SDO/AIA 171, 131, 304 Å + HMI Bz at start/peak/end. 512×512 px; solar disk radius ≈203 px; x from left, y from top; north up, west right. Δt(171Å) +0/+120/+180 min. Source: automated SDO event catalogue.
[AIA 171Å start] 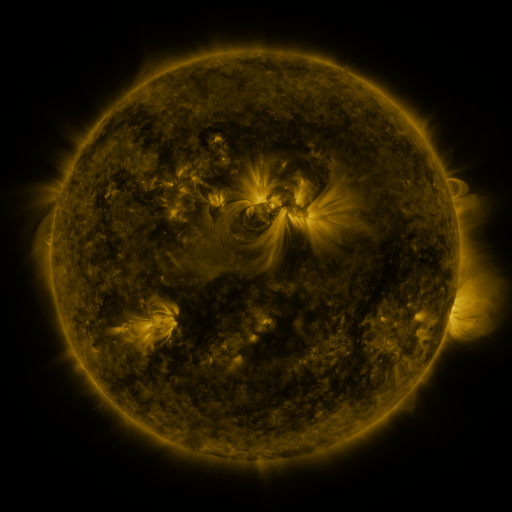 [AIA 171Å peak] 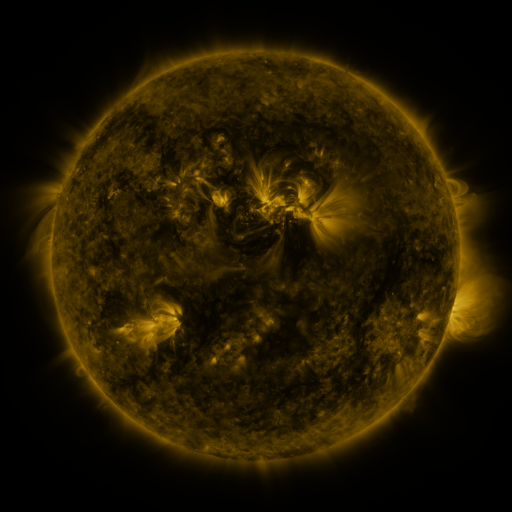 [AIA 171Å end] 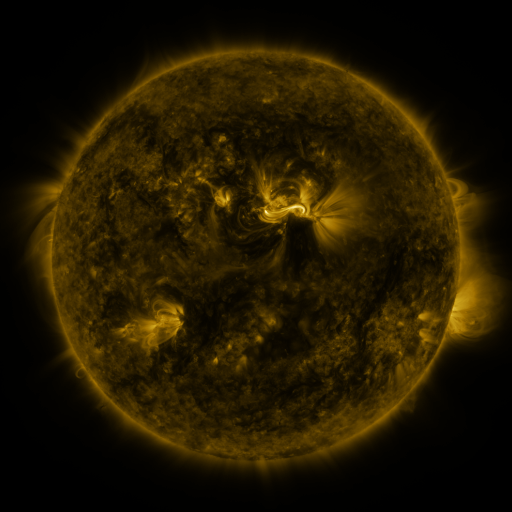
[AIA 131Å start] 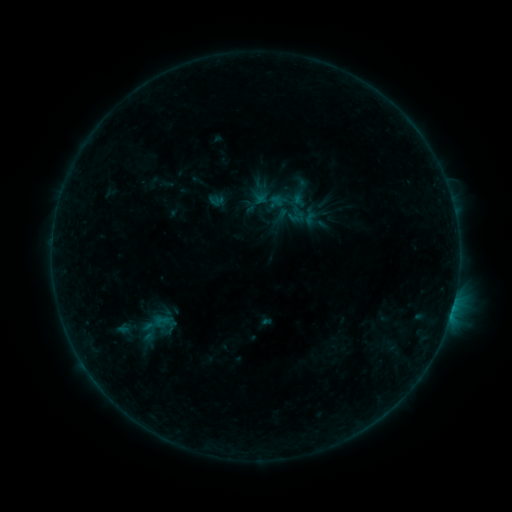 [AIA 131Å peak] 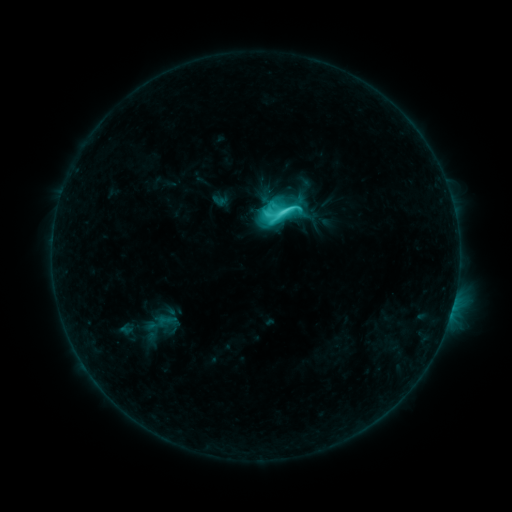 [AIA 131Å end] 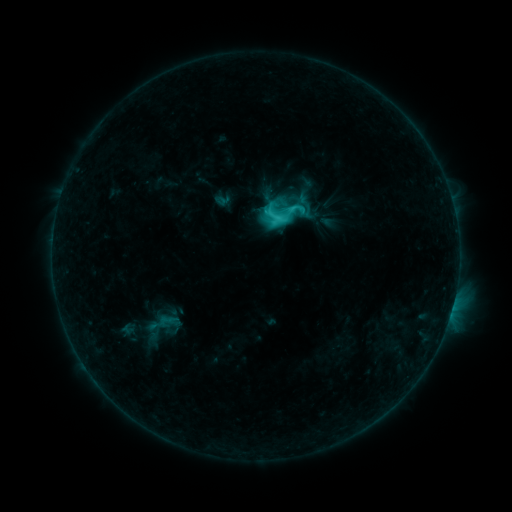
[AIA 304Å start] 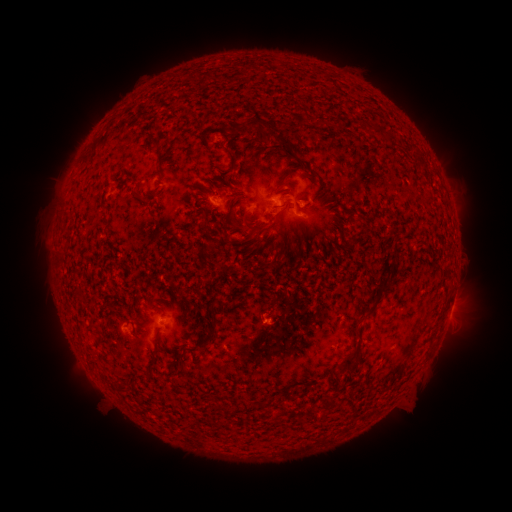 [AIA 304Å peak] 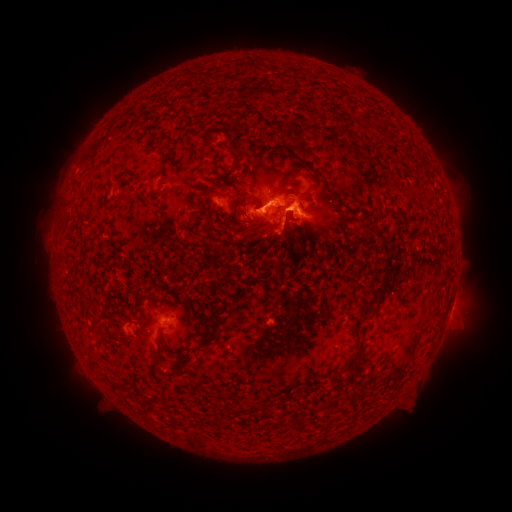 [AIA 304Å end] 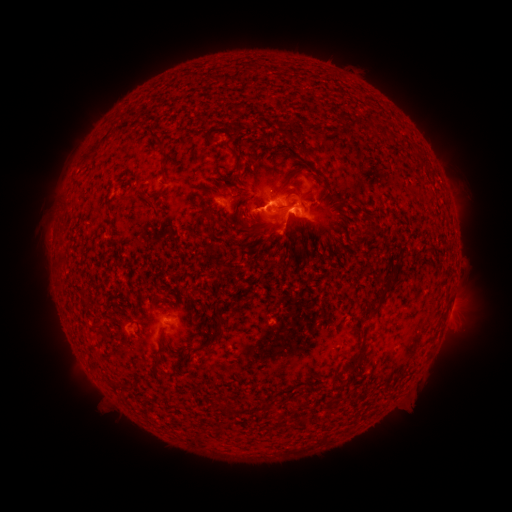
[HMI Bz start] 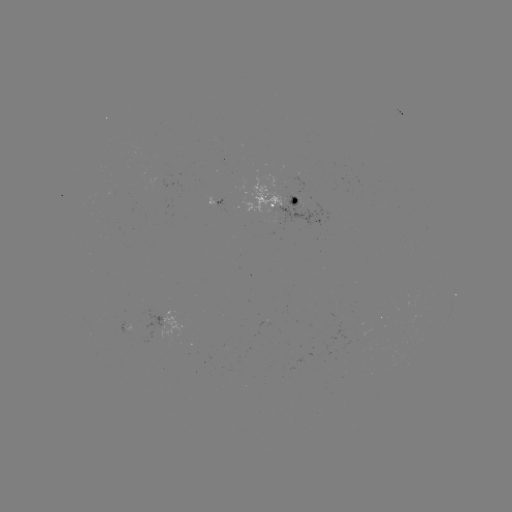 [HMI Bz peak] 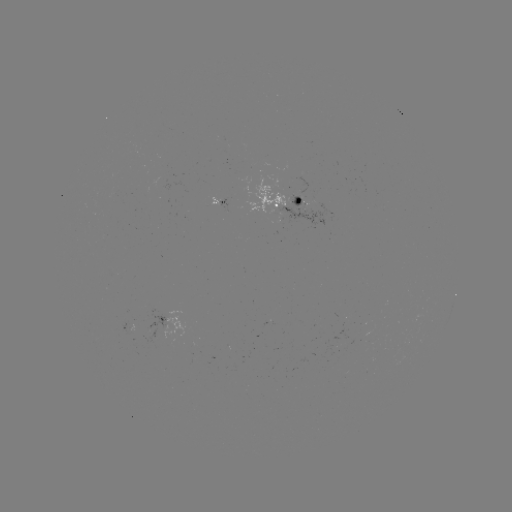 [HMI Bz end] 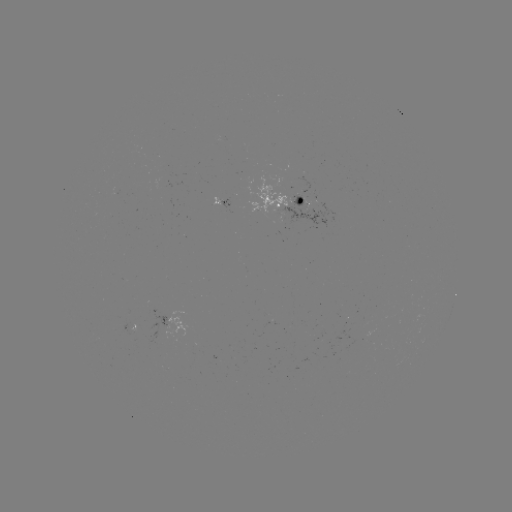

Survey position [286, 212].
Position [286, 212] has C7.7 flare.